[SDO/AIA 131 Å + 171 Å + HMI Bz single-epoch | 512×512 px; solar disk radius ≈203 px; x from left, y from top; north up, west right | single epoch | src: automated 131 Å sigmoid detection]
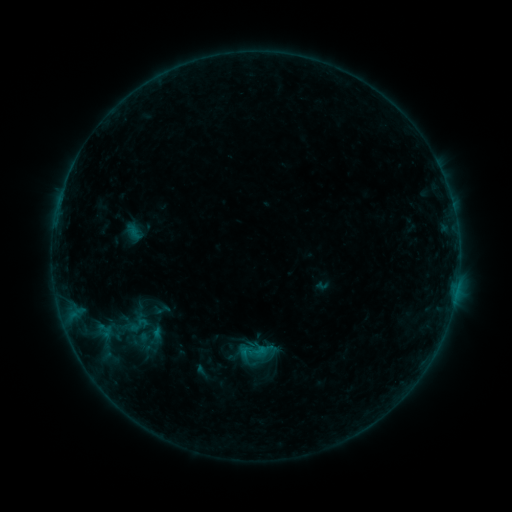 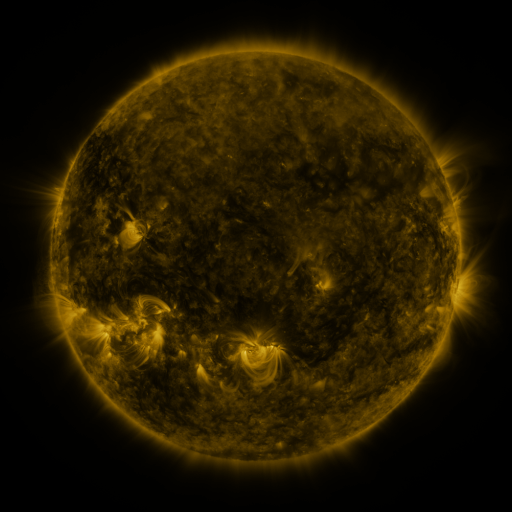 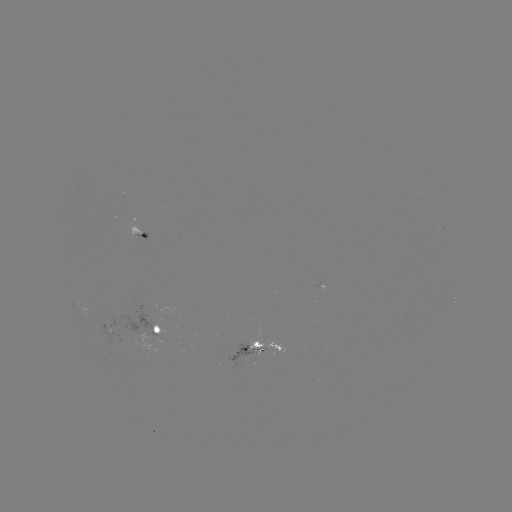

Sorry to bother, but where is sigmoid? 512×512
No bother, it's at [161, 309].